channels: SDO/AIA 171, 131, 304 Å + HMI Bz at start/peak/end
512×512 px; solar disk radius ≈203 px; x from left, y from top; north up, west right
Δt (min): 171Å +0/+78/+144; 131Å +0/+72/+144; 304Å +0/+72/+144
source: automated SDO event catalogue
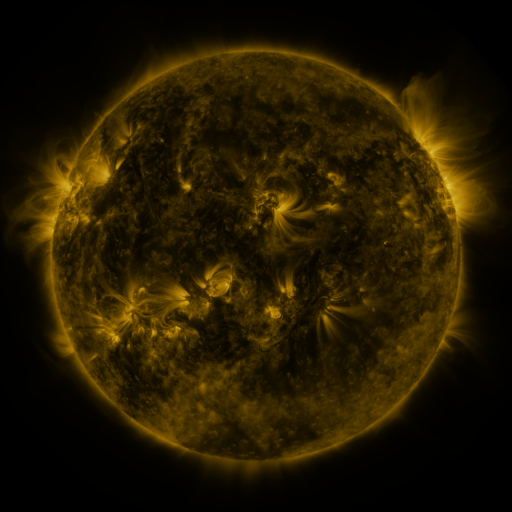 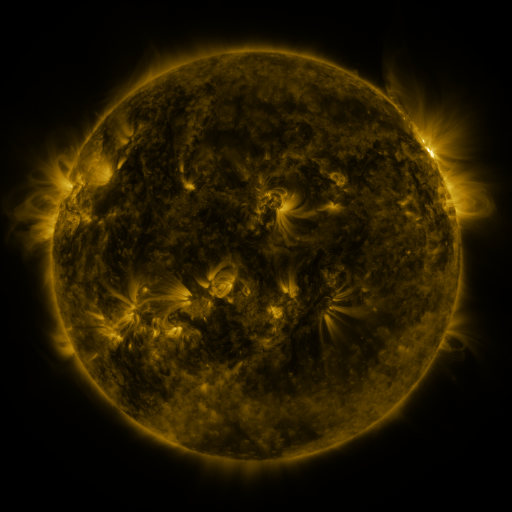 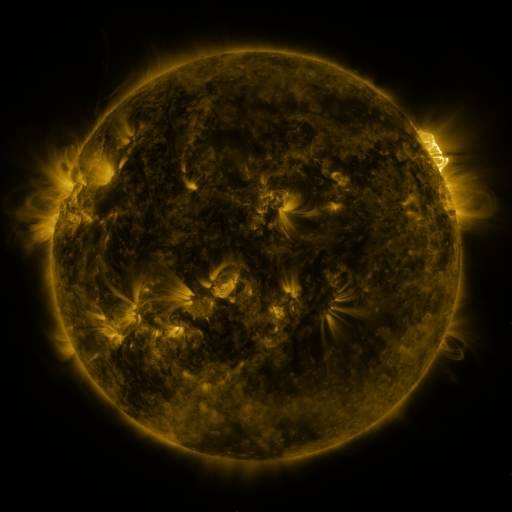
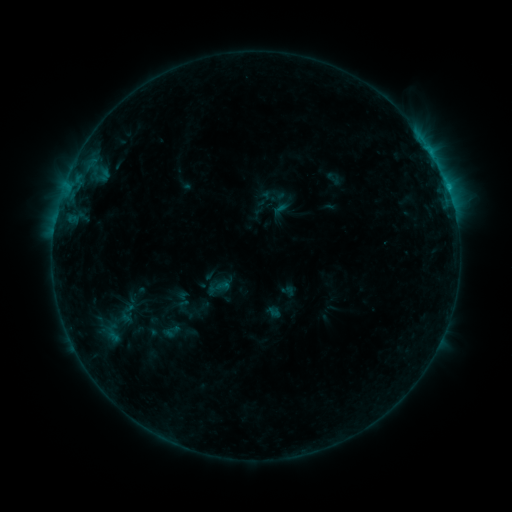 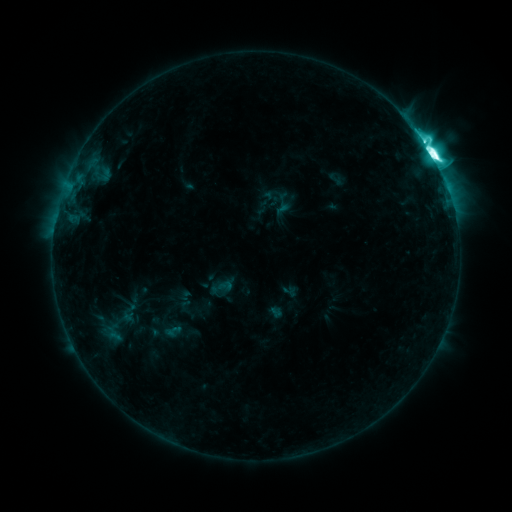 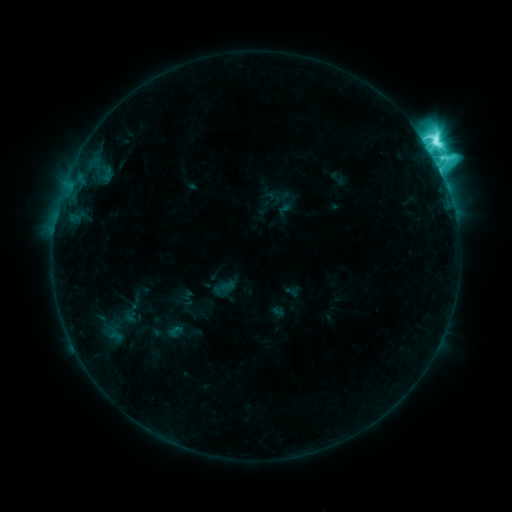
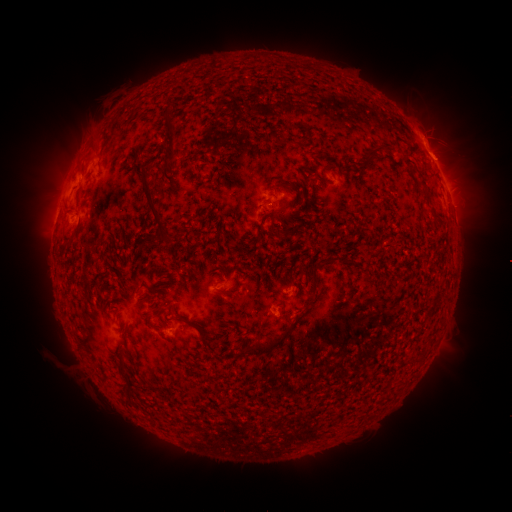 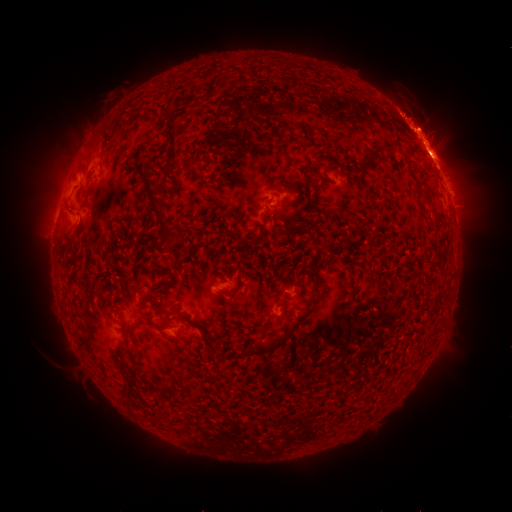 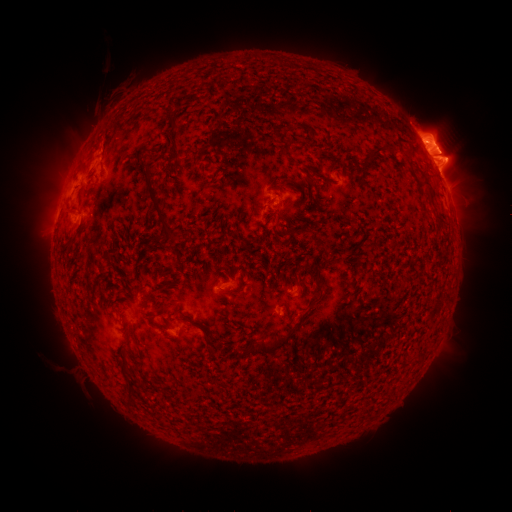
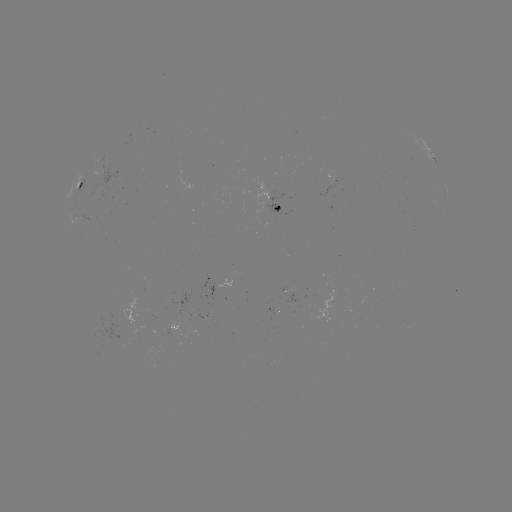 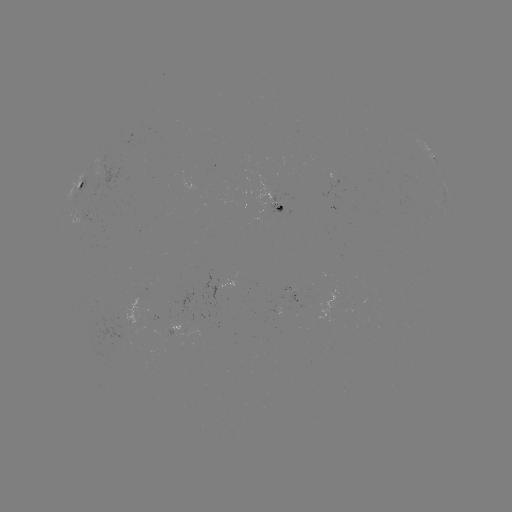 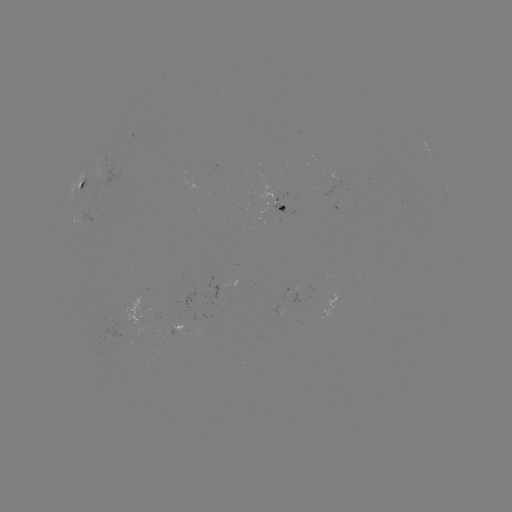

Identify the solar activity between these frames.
filament eruption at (105, 97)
